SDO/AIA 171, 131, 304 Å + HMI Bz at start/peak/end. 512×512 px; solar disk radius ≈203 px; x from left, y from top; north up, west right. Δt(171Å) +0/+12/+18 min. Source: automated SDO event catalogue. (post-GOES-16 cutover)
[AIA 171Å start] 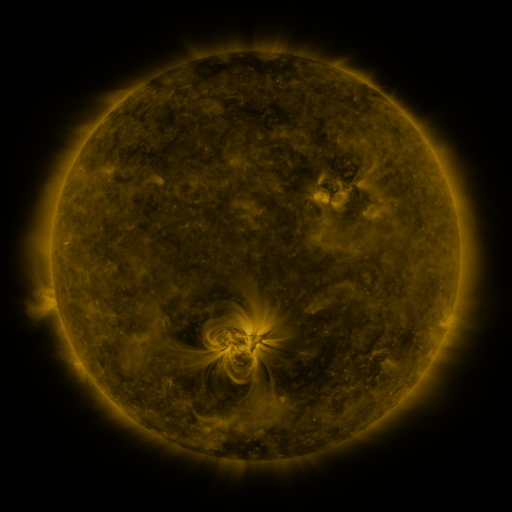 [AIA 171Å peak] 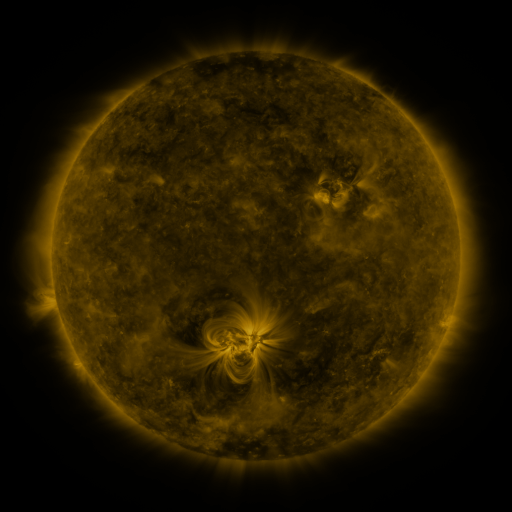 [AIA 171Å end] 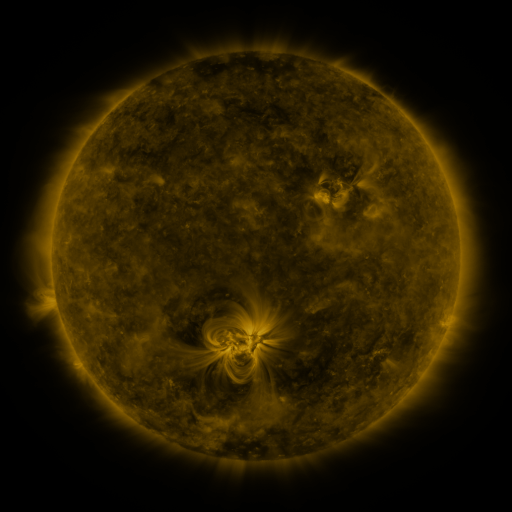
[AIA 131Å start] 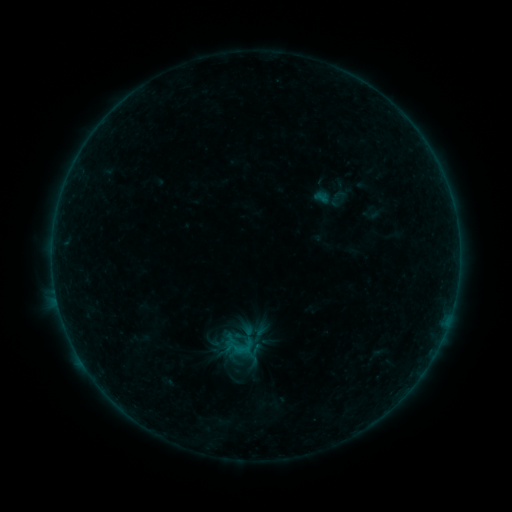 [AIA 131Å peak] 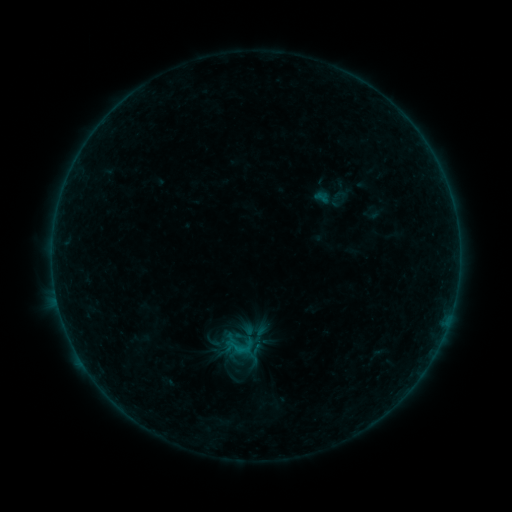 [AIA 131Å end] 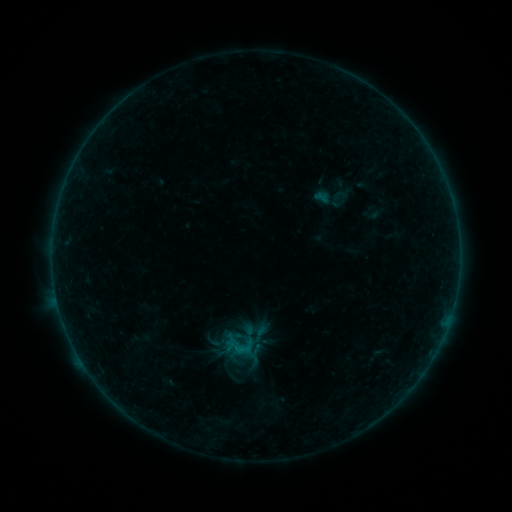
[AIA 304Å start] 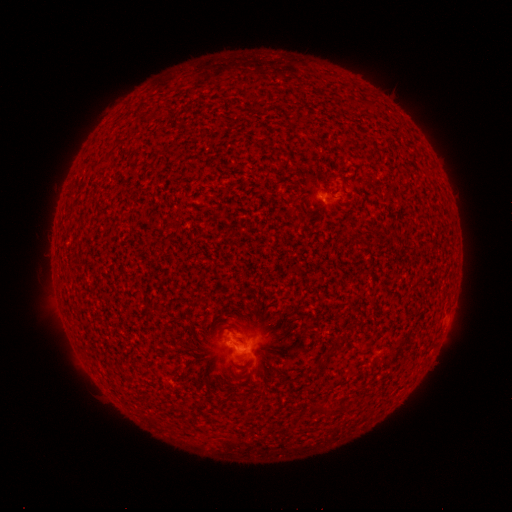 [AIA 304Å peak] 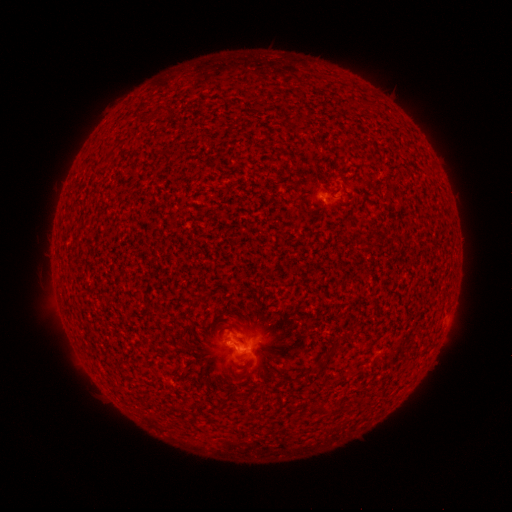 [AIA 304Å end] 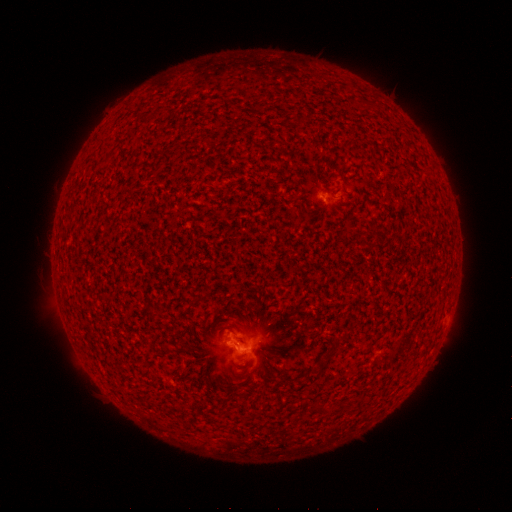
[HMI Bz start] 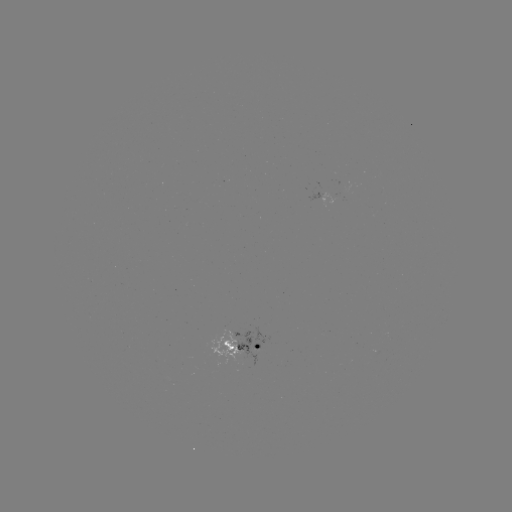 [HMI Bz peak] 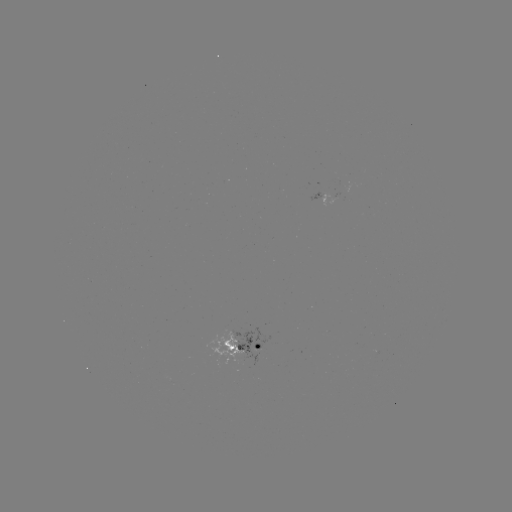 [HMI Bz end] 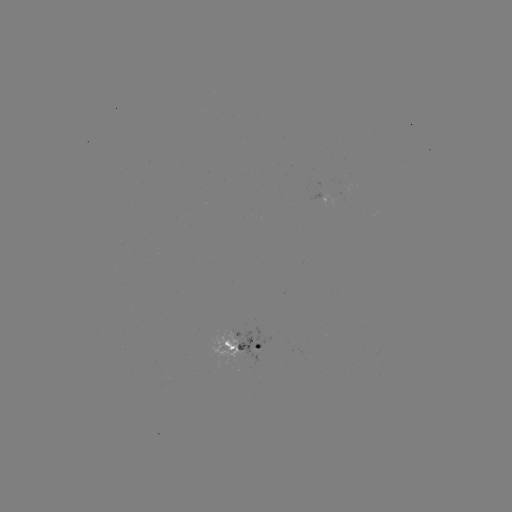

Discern B2.5 flare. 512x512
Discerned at [239, 347].